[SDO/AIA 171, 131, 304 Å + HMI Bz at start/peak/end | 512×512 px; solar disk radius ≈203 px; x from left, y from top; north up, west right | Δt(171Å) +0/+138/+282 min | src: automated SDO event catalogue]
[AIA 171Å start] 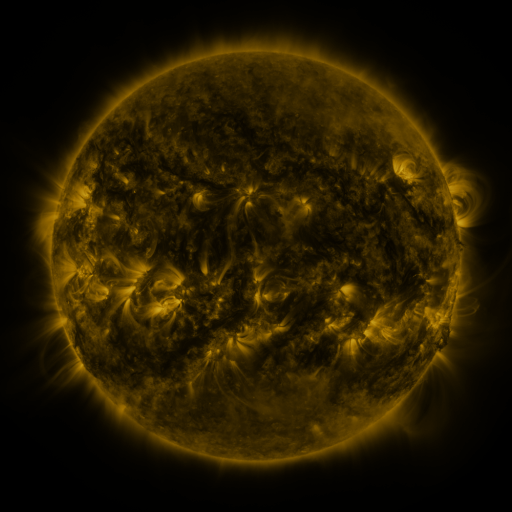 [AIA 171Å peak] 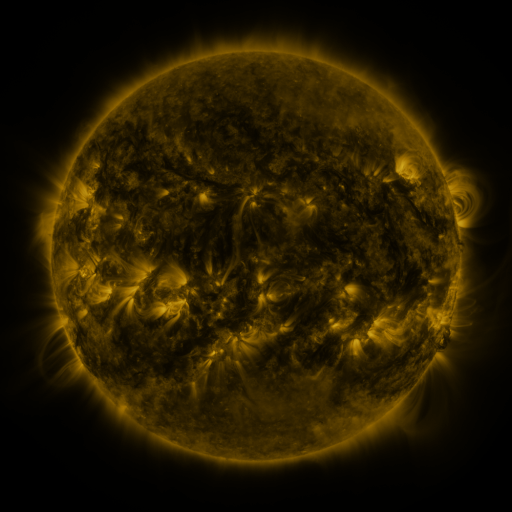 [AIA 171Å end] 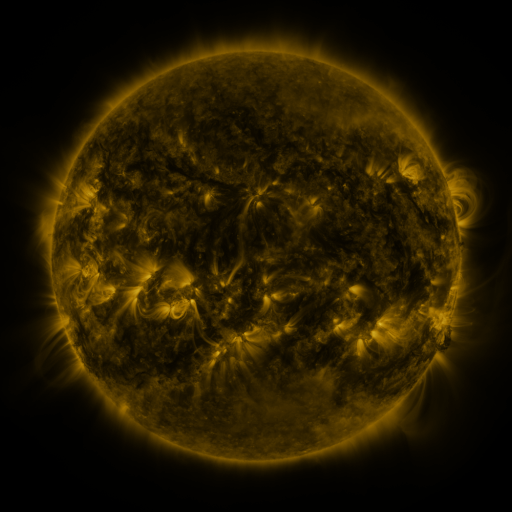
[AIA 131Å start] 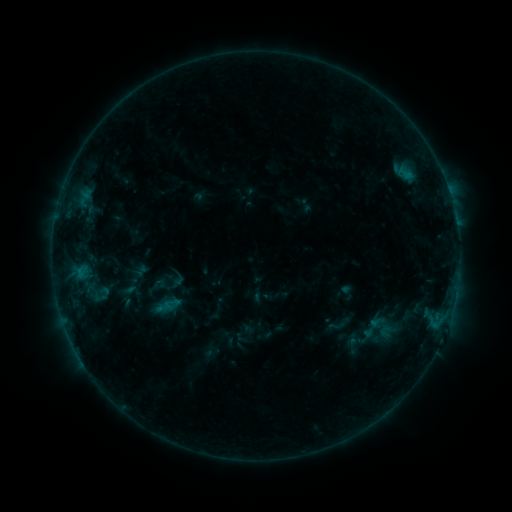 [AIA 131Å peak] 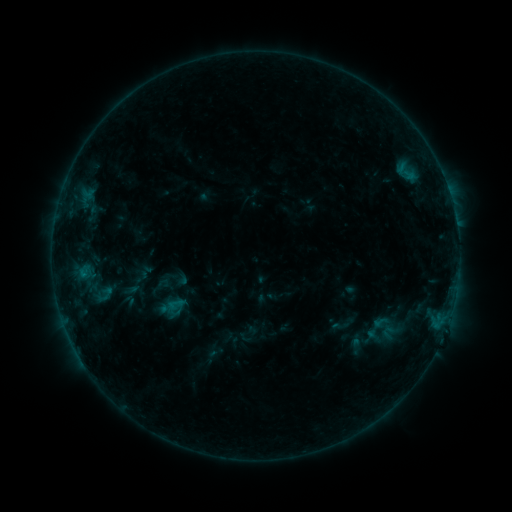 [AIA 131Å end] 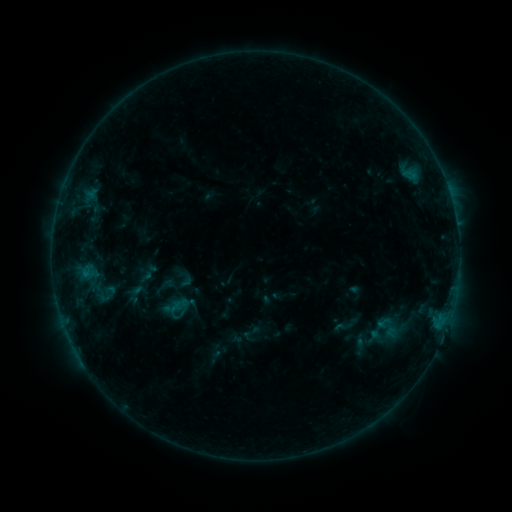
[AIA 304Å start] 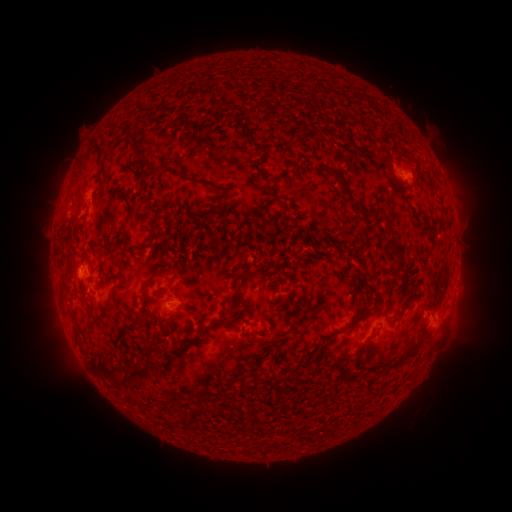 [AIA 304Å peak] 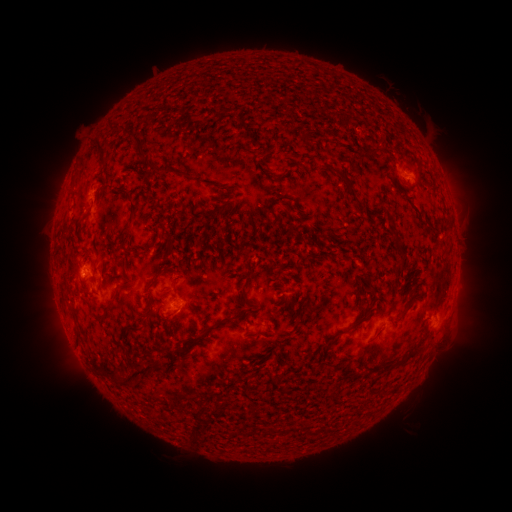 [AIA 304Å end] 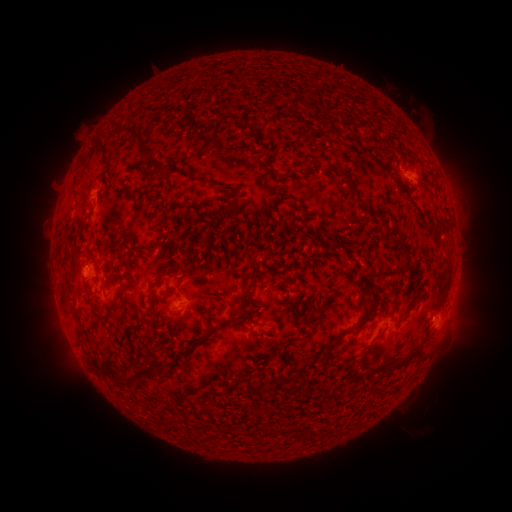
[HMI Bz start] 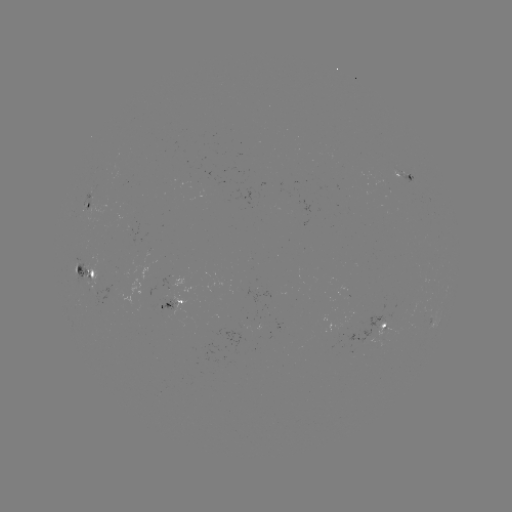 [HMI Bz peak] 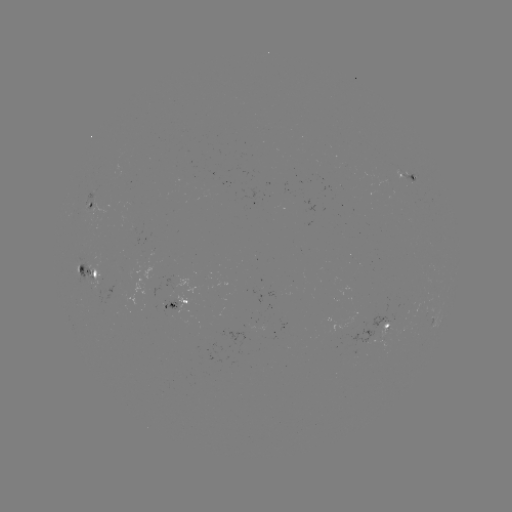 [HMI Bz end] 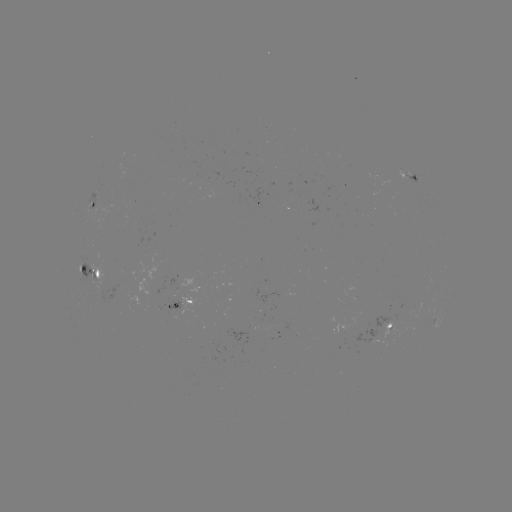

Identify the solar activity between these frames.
filament eruption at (185, 426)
